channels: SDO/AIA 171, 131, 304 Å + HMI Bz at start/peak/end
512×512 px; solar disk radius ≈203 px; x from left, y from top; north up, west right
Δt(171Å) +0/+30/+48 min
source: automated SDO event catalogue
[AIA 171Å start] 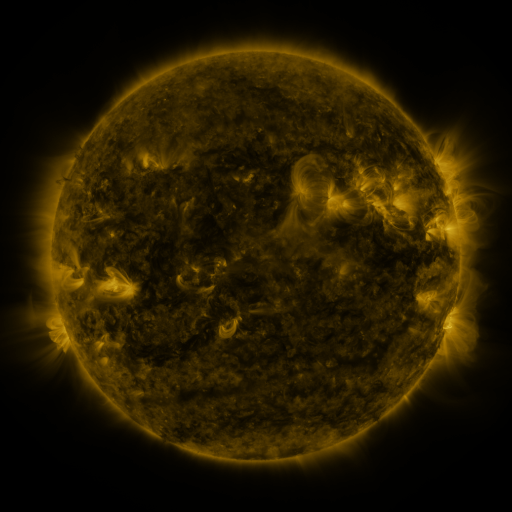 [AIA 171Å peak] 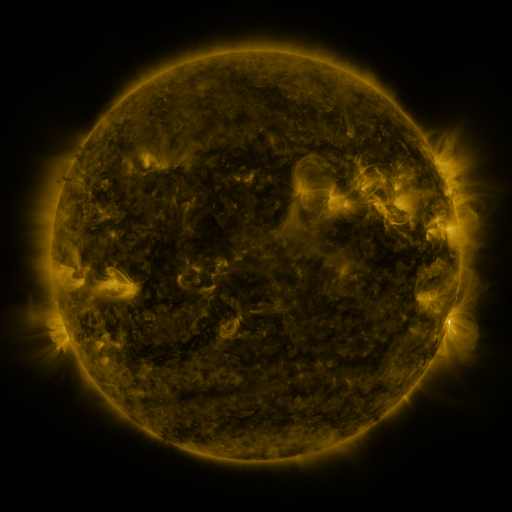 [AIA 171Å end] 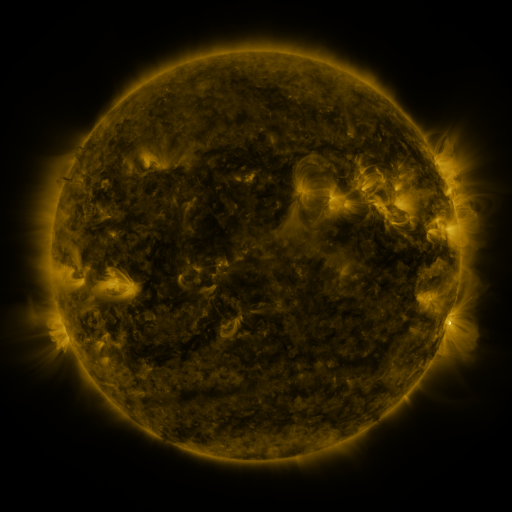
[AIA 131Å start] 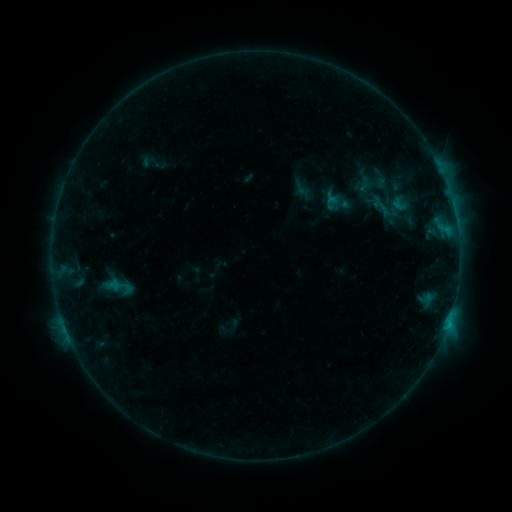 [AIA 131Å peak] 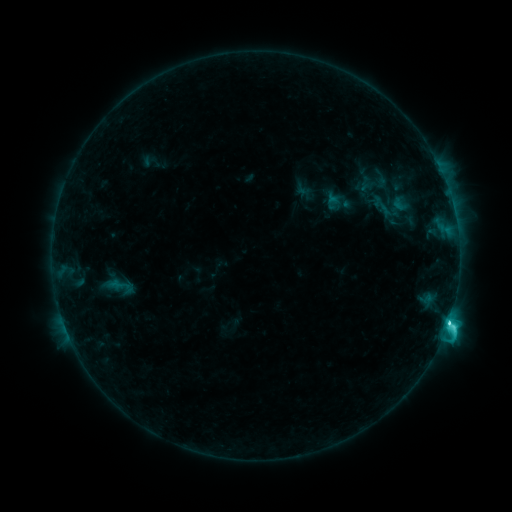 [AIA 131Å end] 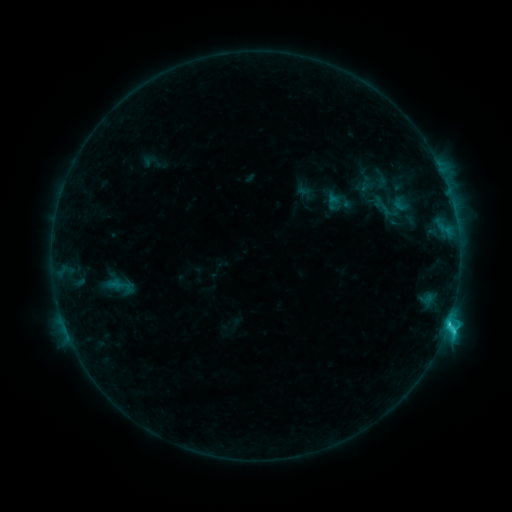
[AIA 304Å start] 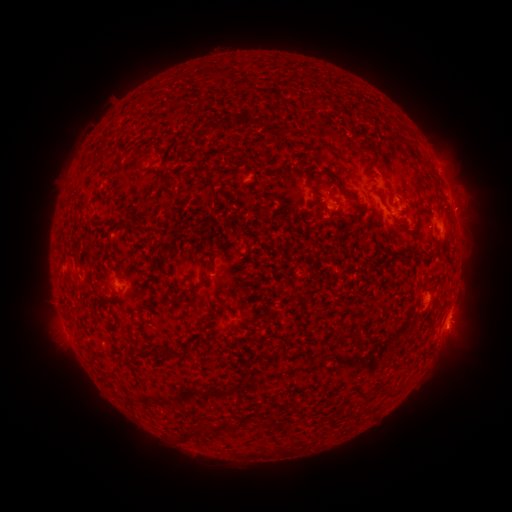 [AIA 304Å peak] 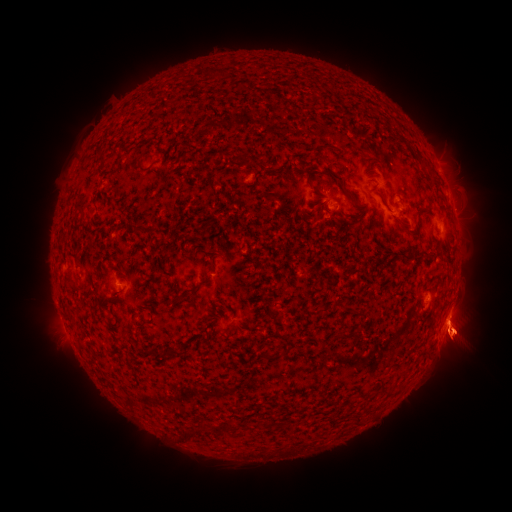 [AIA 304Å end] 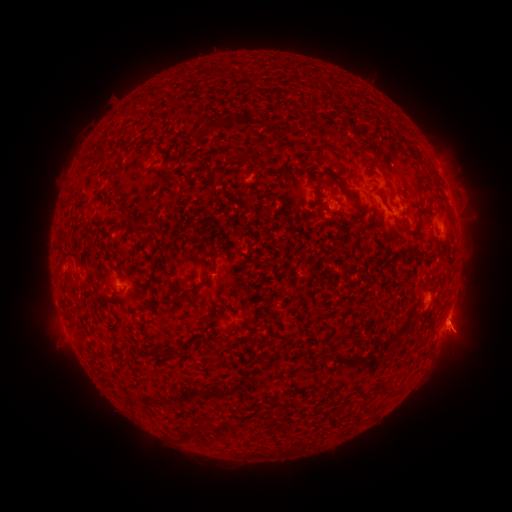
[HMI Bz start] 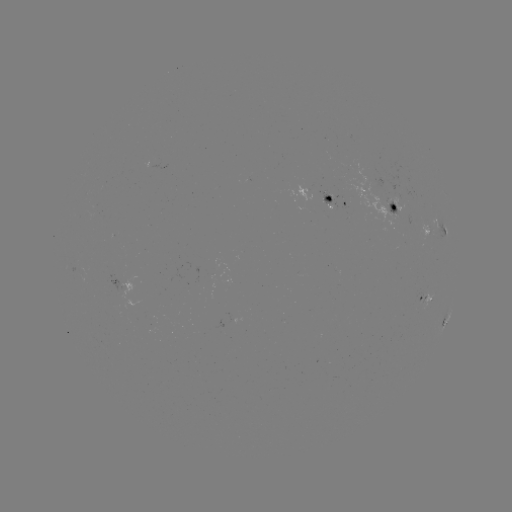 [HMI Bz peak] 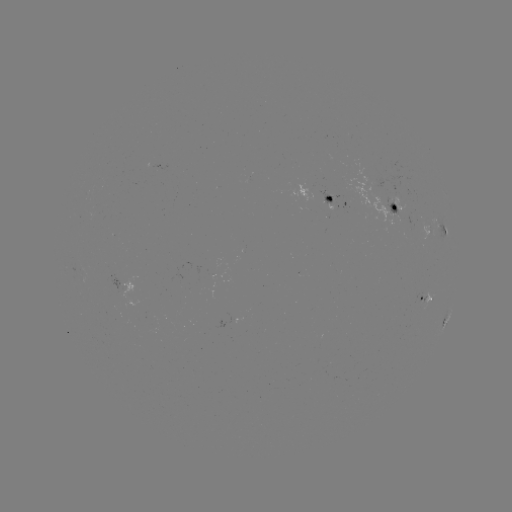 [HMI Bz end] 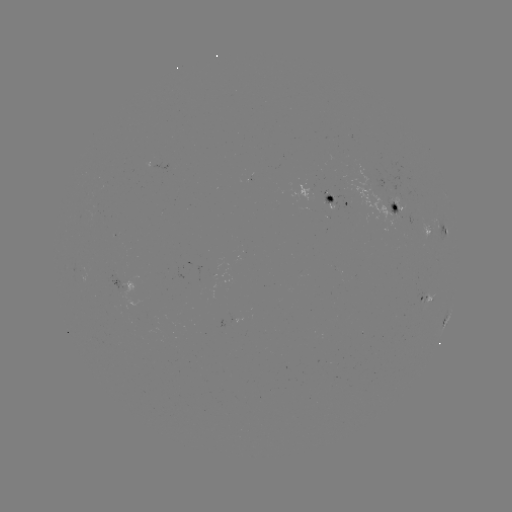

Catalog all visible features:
C4.3 flare: (447, 320)
